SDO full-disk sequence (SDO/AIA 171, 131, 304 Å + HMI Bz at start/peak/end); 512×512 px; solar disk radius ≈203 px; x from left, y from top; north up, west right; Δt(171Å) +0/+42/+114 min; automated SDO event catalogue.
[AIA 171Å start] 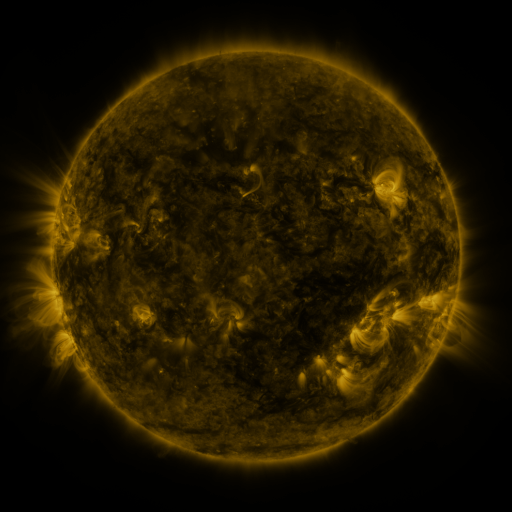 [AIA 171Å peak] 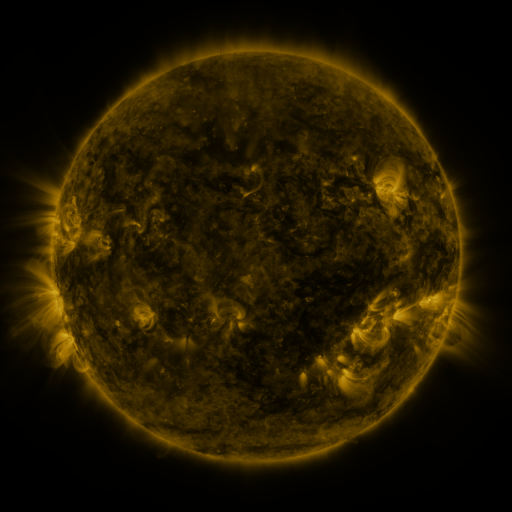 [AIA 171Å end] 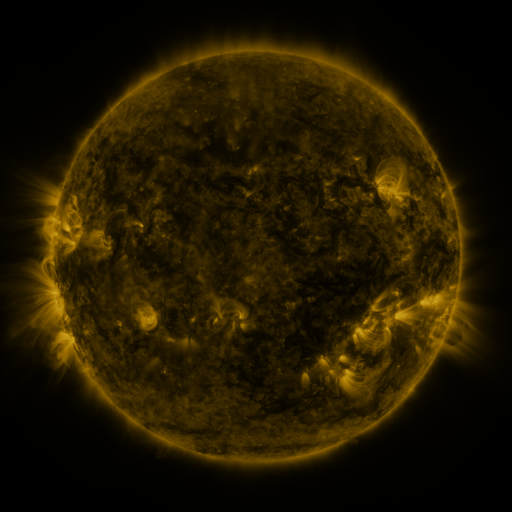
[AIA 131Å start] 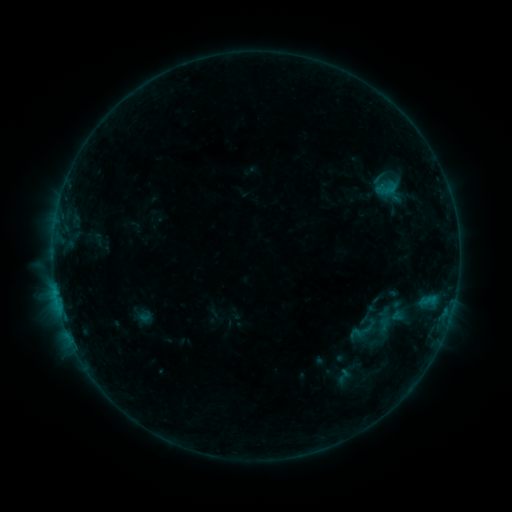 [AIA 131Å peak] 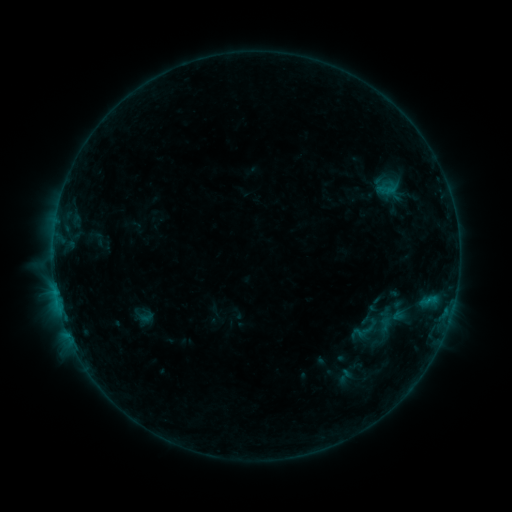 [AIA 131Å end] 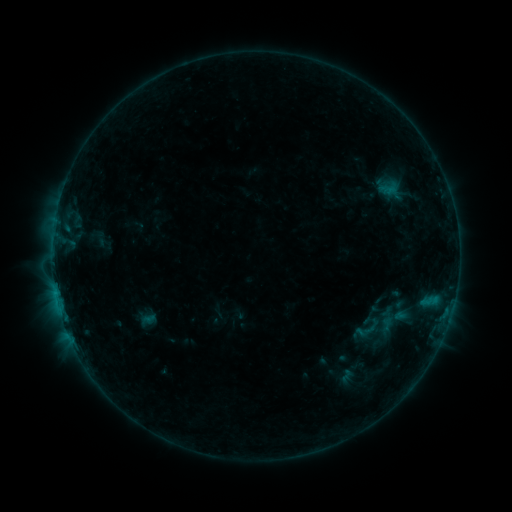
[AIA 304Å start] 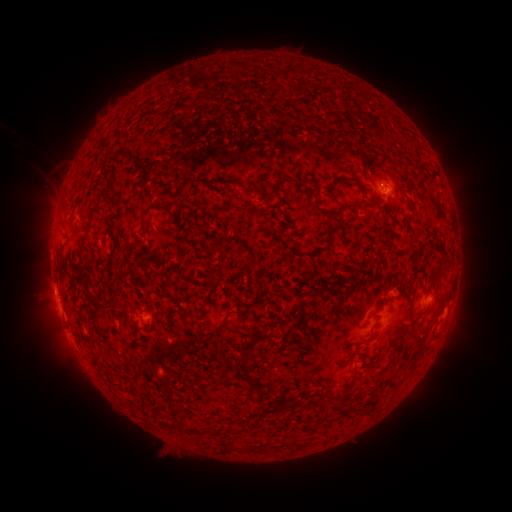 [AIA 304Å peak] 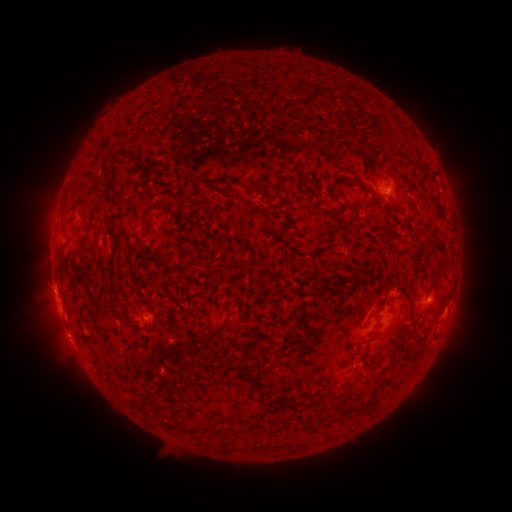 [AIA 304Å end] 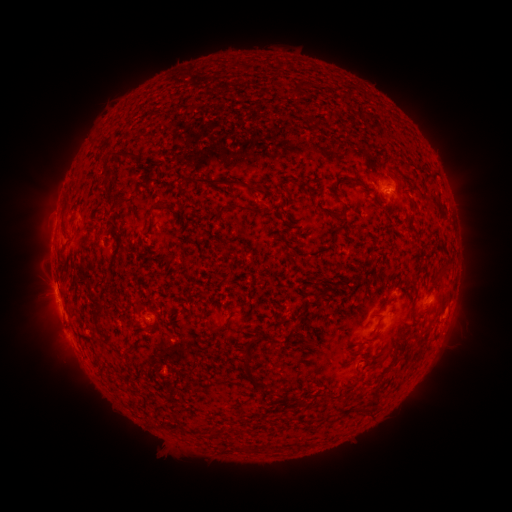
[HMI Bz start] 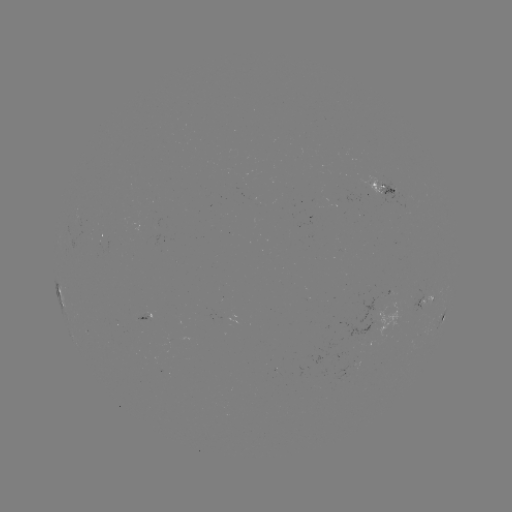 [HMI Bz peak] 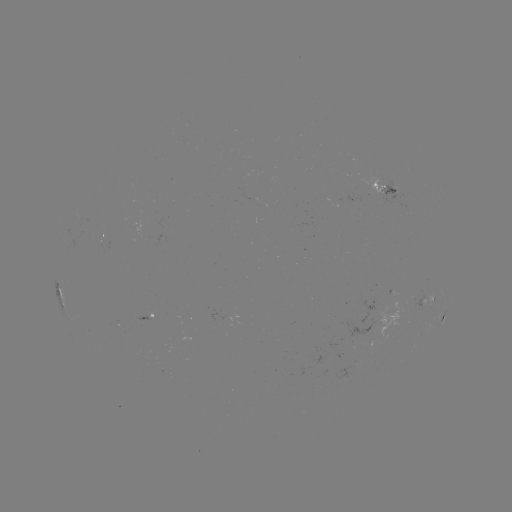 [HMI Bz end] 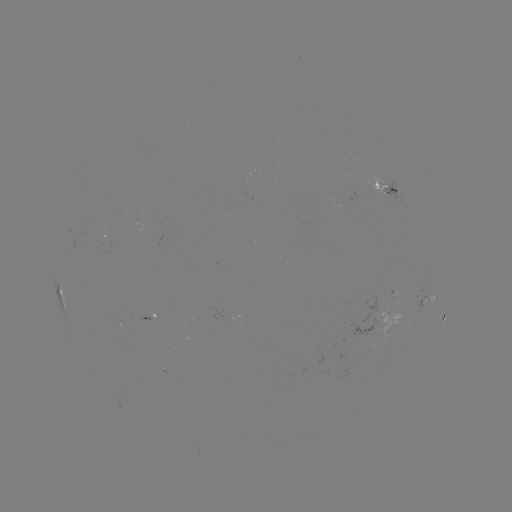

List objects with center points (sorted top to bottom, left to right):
B7.6 flare: (67, 332)
